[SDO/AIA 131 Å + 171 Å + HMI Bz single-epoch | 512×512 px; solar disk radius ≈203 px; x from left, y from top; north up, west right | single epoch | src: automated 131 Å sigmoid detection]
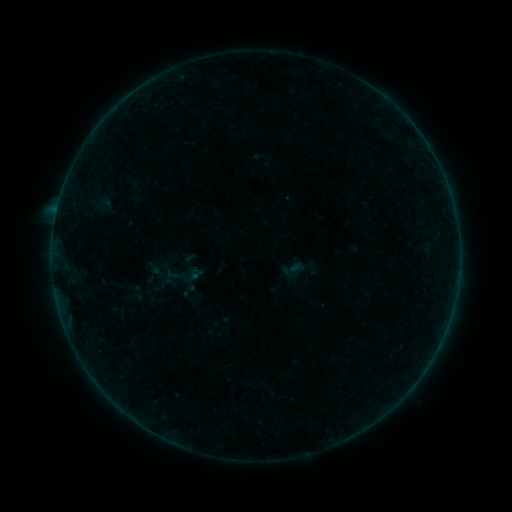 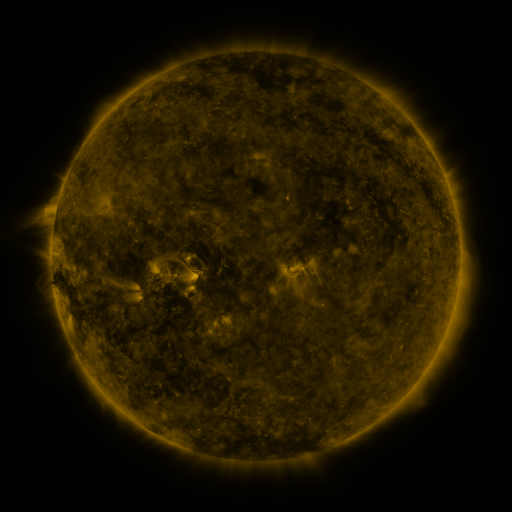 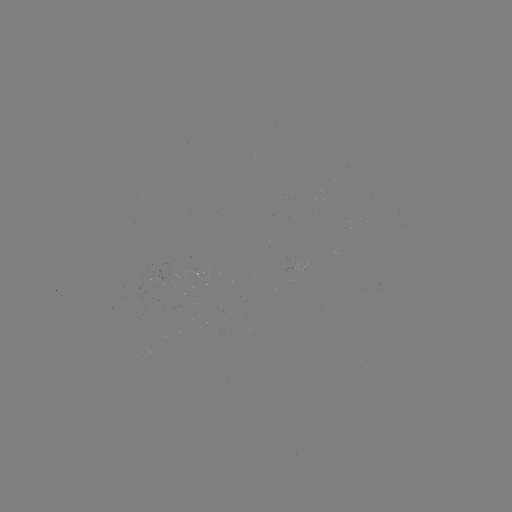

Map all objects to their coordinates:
sigmoid: (196, 273)
sigmoid: (184, 276)
